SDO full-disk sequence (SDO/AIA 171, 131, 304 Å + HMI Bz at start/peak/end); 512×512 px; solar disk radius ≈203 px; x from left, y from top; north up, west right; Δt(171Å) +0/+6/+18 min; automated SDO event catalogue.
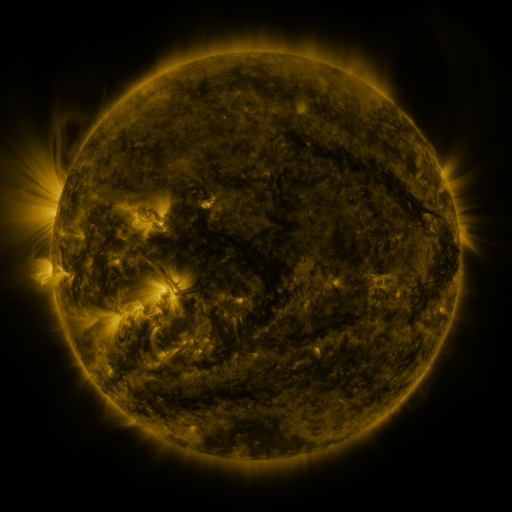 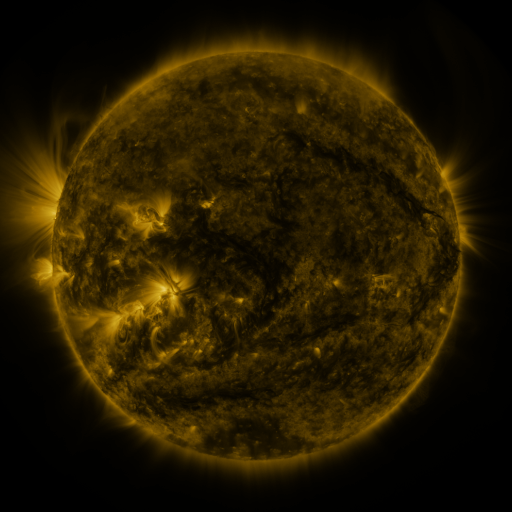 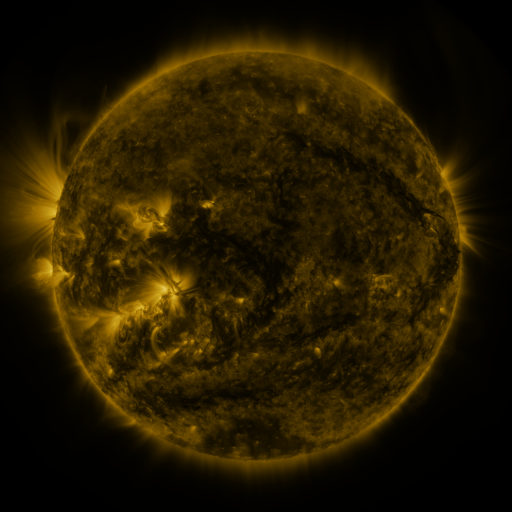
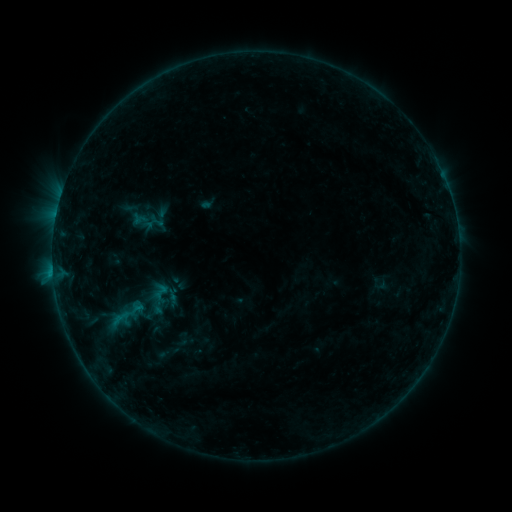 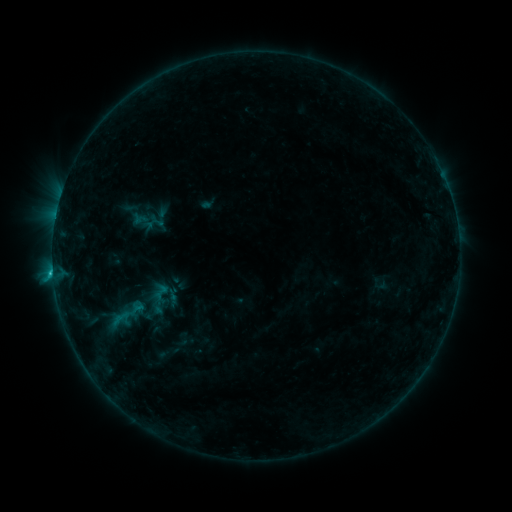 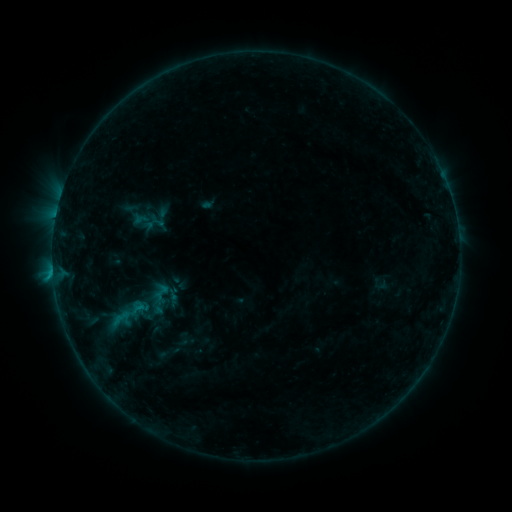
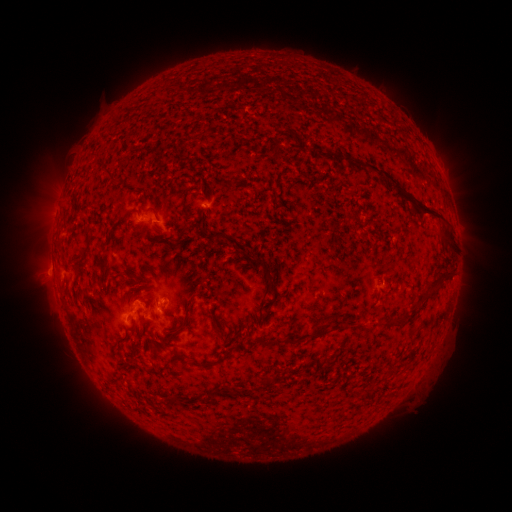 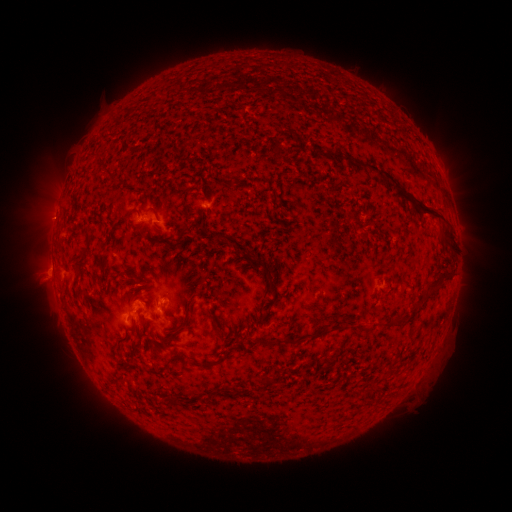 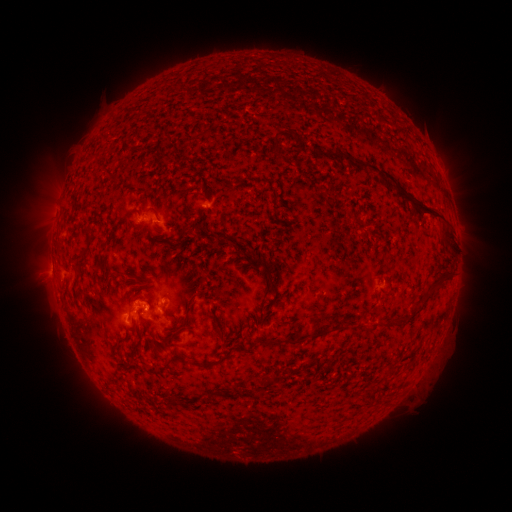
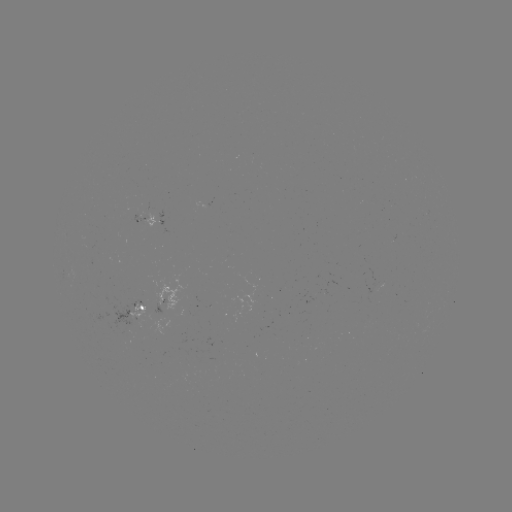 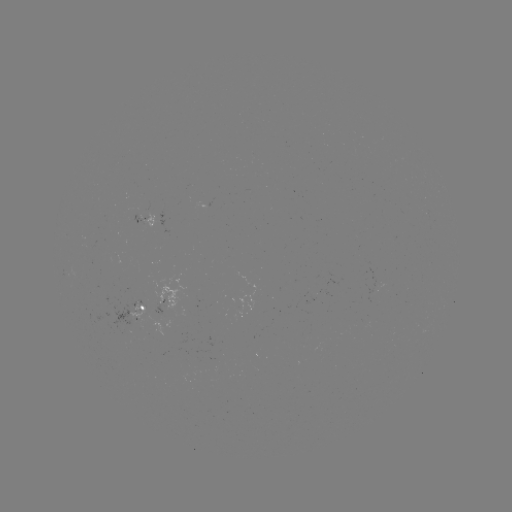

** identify B6.5 flare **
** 55,266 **